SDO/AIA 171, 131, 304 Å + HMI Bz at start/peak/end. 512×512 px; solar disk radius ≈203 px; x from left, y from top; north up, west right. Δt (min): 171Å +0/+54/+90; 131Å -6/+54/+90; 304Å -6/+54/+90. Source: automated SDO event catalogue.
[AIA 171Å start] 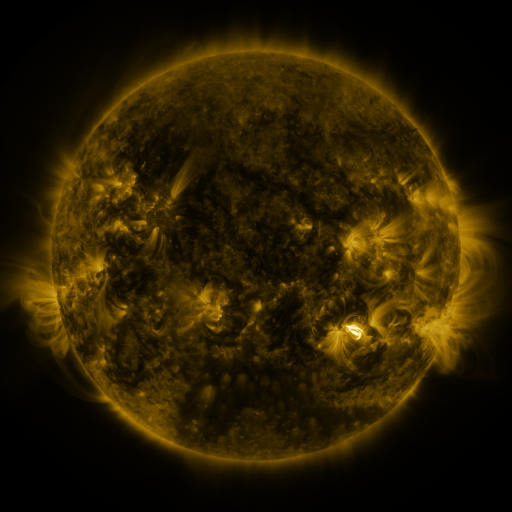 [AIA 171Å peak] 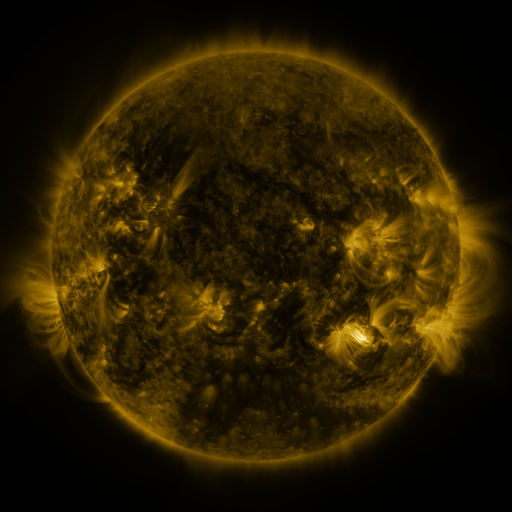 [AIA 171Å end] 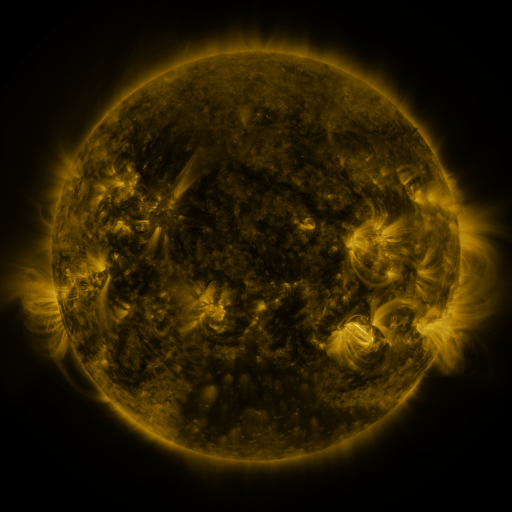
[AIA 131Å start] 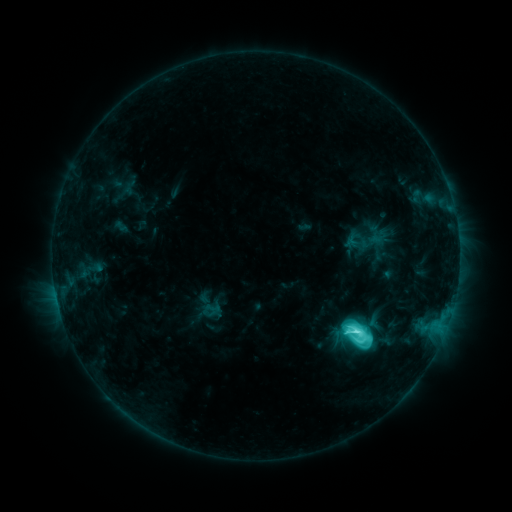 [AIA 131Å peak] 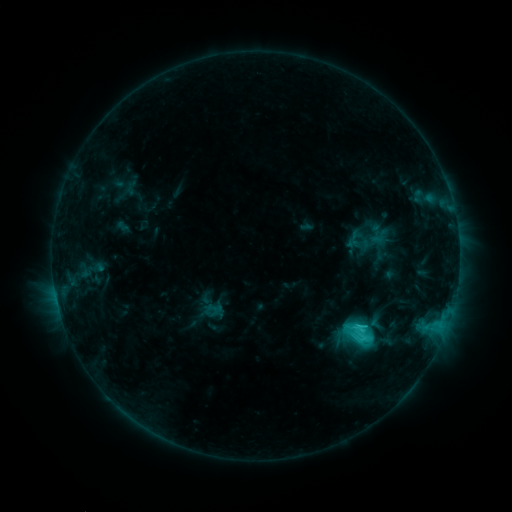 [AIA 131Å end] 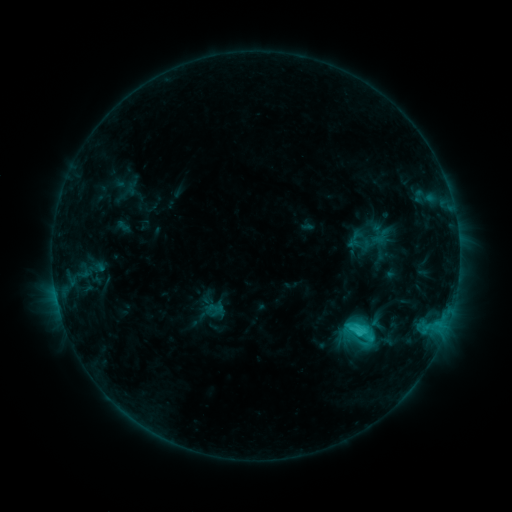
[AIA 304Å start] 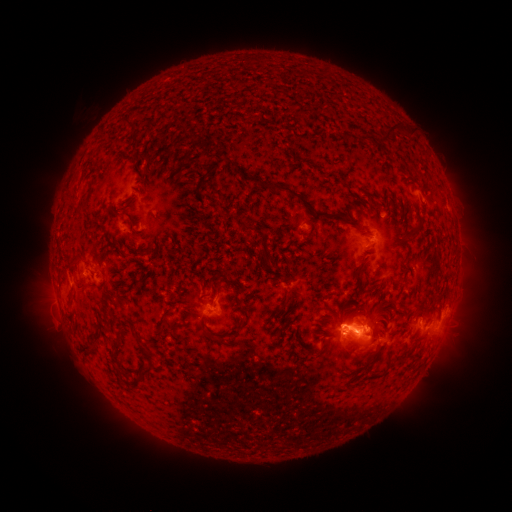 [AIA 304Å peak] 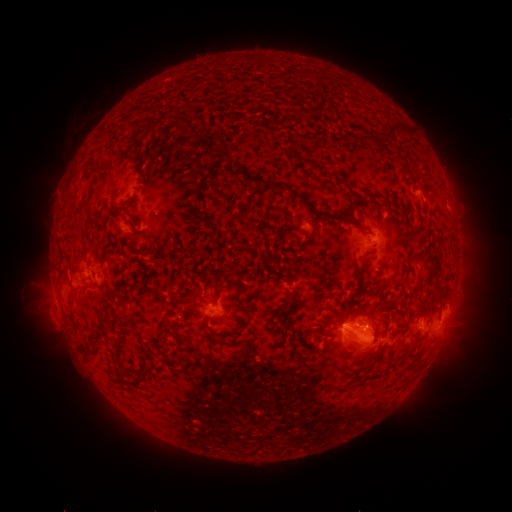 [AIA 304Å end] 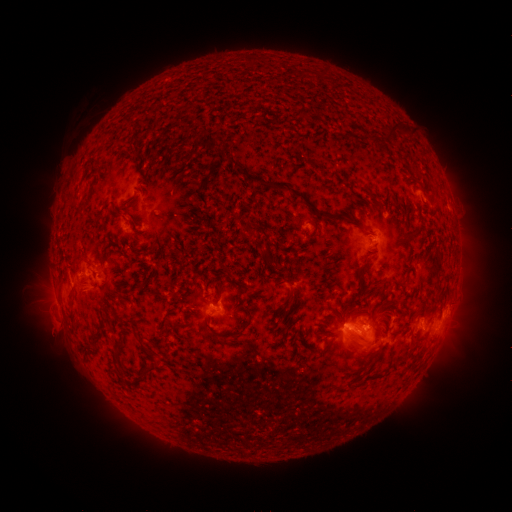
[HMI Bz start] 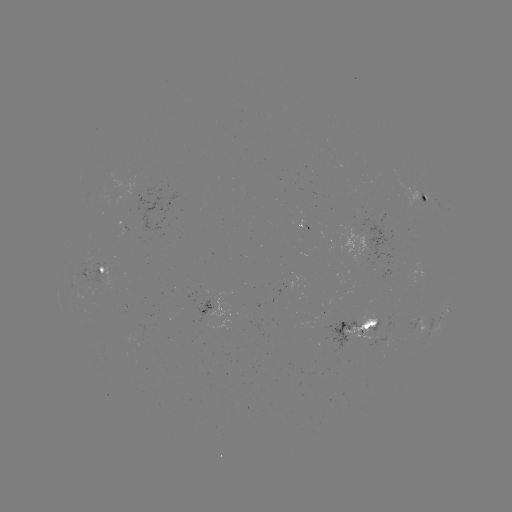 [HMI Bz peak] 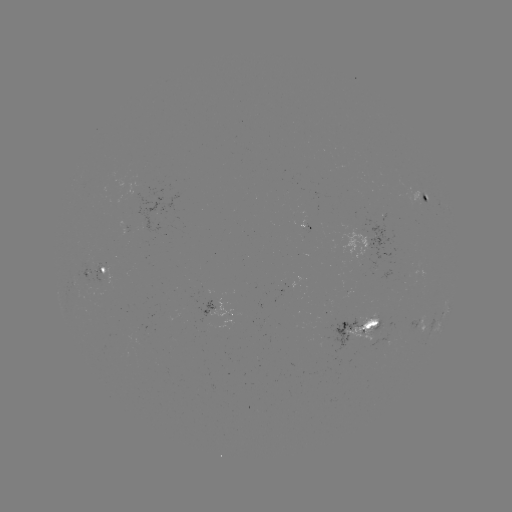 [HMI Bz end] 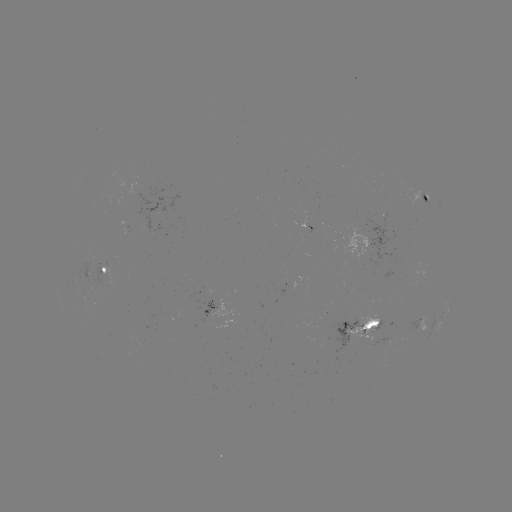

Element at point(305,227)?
emerging-flux region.